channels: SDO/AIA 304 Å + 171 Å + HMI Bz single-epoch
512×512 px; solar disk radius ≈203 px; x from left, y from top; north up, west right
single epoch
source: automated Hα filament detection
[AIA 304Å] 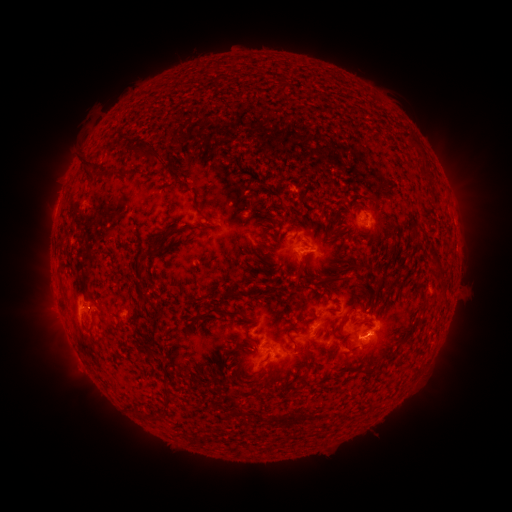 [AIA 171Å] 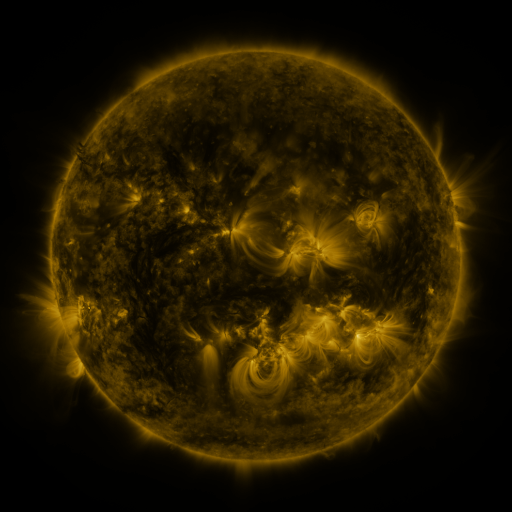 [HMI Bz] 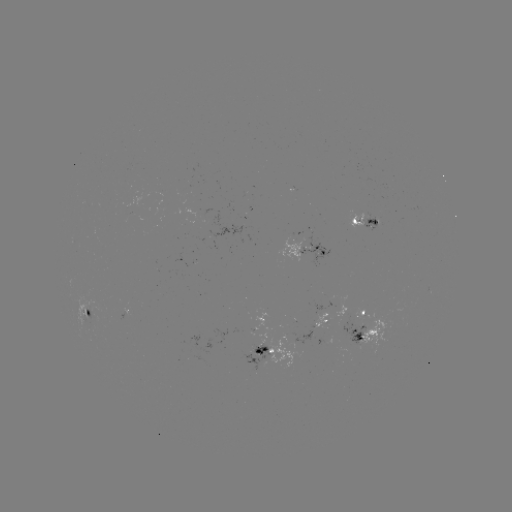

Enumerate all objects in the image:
filament: (415, 143)
filament: (144, 154)
filament: (87, 168)
filament: (302, 202)
filament: (354, 216)
filament: (205, 219)
filament: (177, 232)
filament: (153, 255)
filament: (139, 267)
filament: (61, 273)
filament: (335, 278)
filament: (224, 313)
filament: (143, 318)
filament: (342, 323)
filament: (89, 332)
filament: (291, 336)
filament: (258, 342)
filament: (245, 347)
filament: (366, 349)
filament: (310, 352)
filament: (393, 355)
filament: (368, 367)
filament: (306, 382)
filament: (171, 402)
